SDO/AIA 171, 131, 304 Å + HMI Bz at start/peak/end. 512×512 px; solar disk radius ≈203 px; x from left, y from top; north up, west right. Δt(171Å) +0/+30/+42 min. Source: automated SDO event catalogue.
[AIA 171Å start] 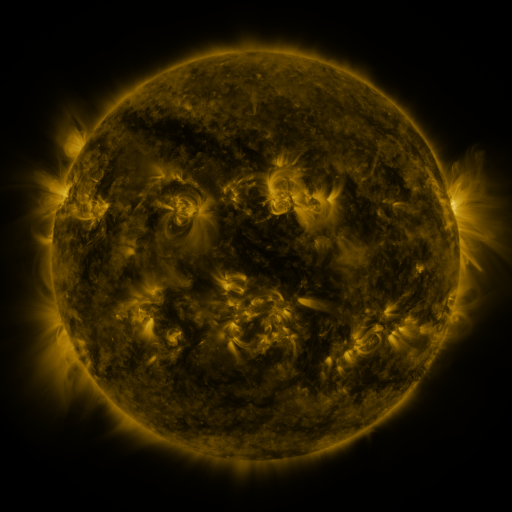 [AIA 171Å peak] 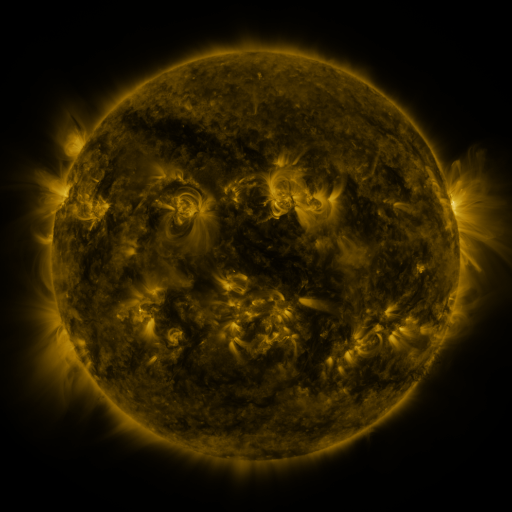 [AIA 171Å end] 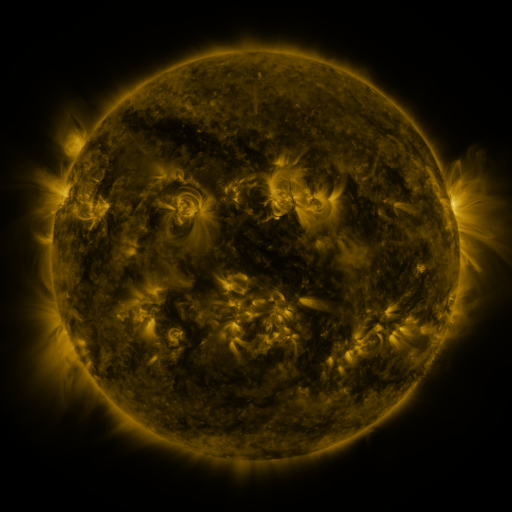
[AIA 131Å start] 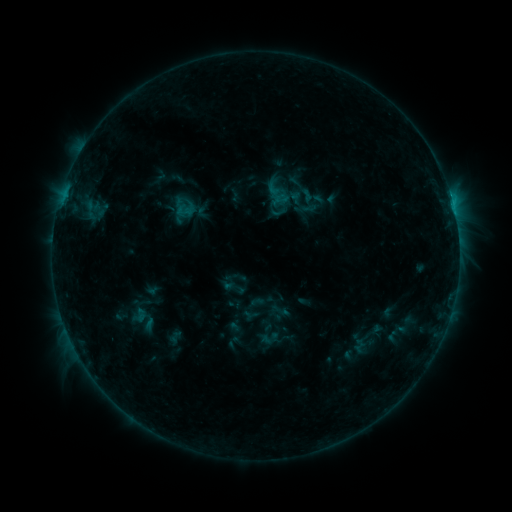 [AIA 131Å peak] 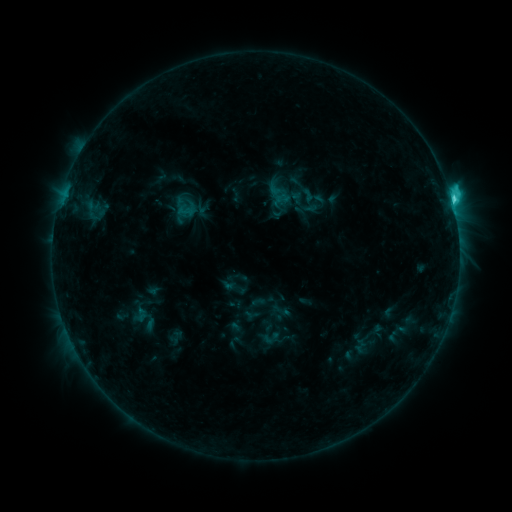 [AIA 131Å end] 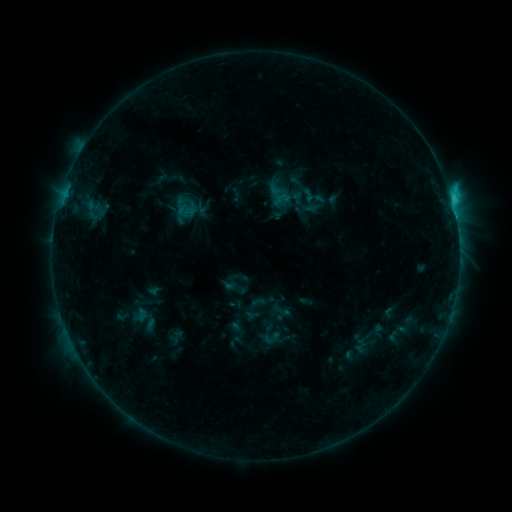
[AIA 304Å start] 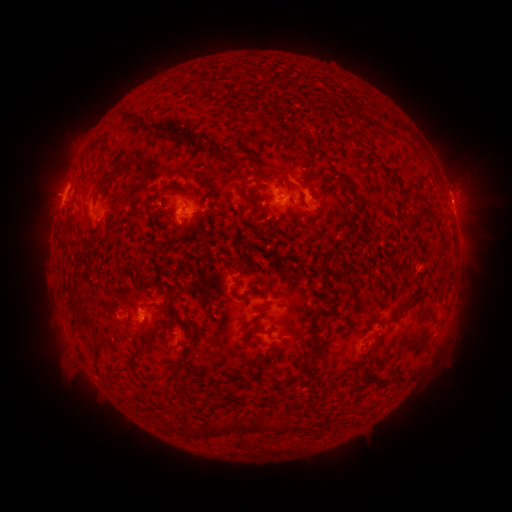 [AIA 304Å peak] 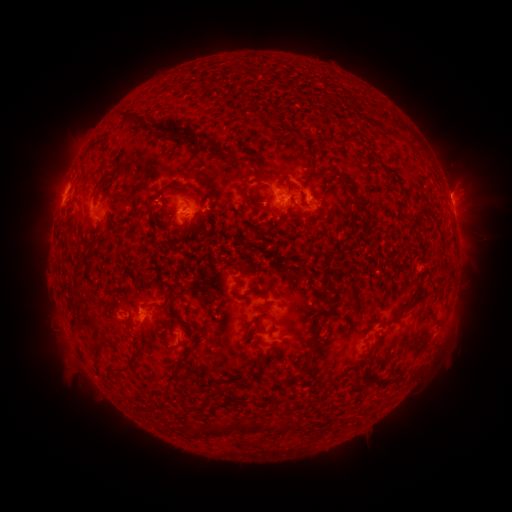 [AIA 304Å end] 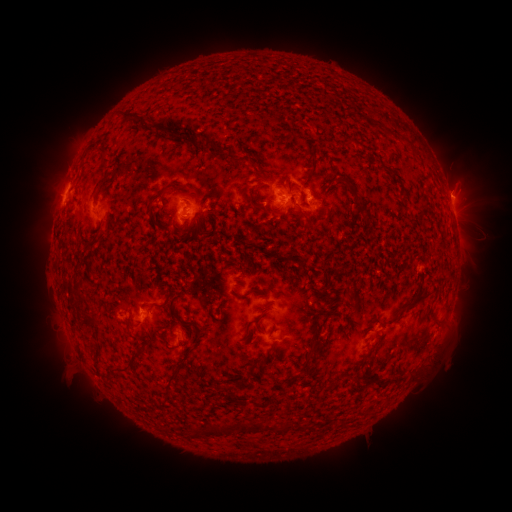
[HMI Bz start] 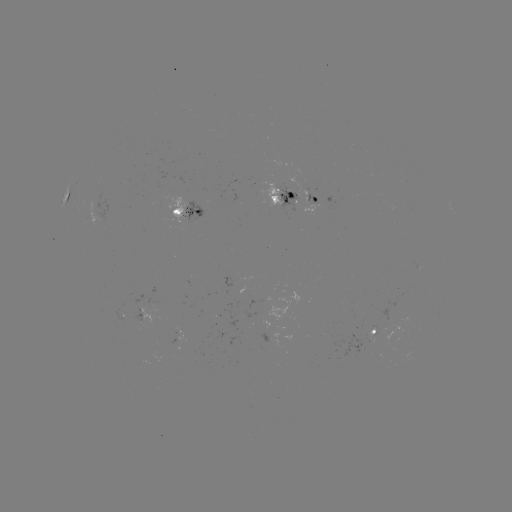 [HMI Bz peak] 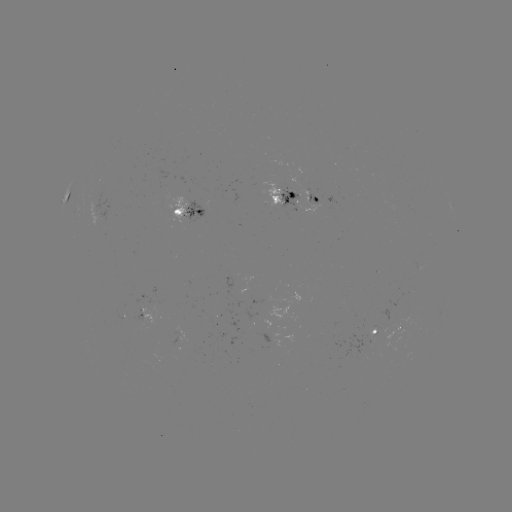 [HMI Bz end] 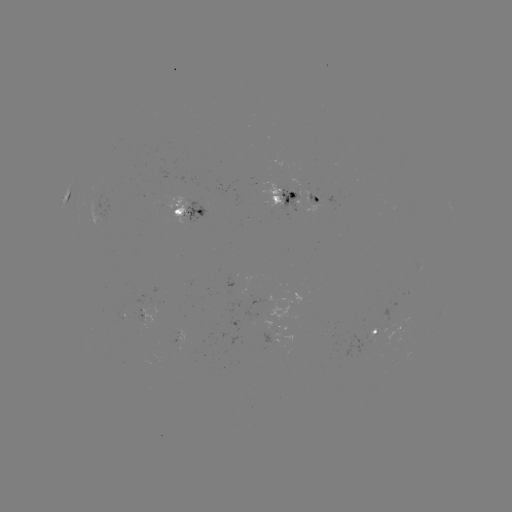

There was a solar flare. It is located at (452, 203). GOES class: C3.6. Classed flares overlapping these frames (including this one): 1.